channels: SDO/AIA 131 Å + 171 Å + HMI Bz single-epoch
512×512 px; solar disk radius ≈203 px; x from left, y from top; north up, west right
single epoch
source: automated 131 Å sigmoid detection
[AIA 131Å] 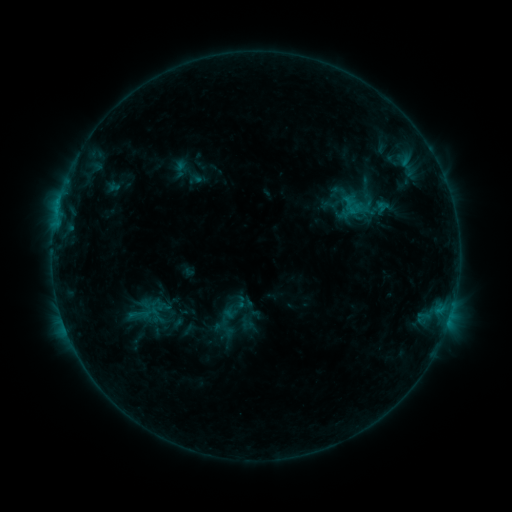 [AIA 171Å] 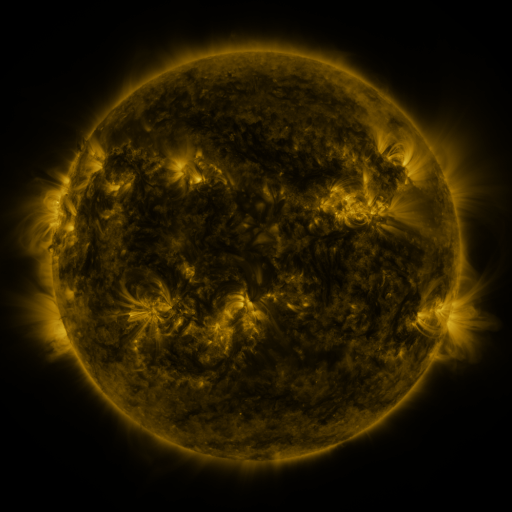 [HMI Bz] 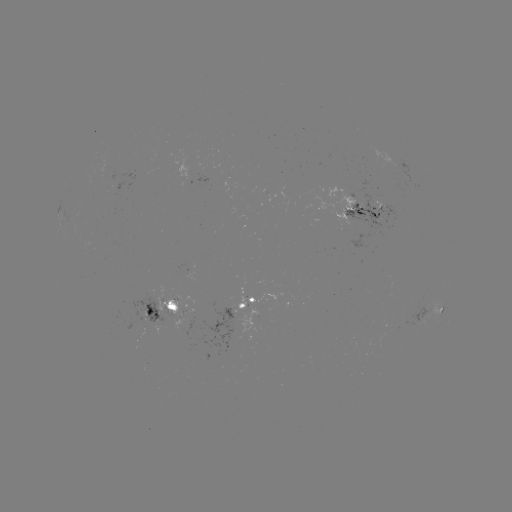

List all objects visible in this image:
sigmoid: (123, 303, 156, 326)
